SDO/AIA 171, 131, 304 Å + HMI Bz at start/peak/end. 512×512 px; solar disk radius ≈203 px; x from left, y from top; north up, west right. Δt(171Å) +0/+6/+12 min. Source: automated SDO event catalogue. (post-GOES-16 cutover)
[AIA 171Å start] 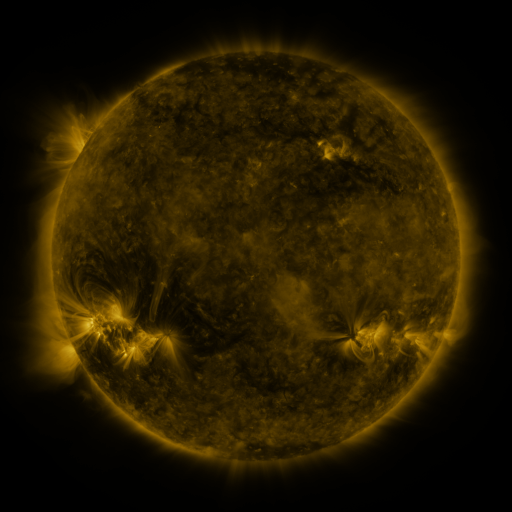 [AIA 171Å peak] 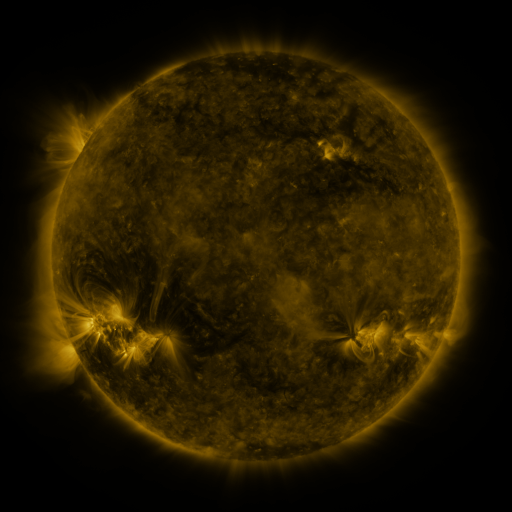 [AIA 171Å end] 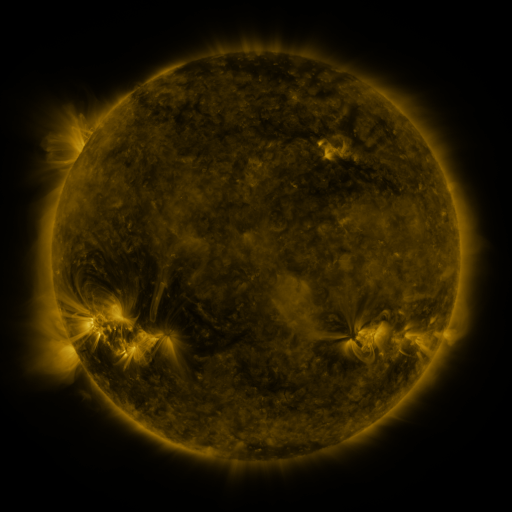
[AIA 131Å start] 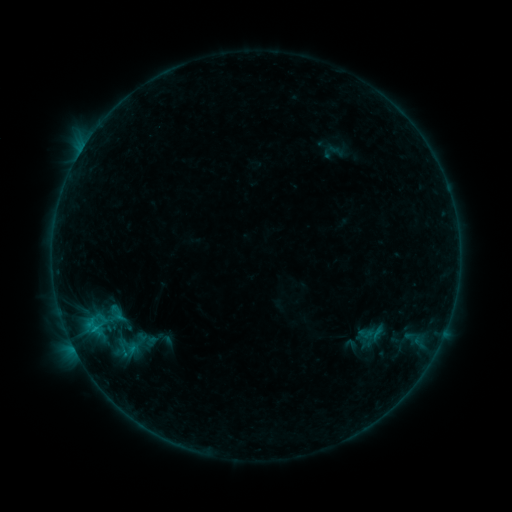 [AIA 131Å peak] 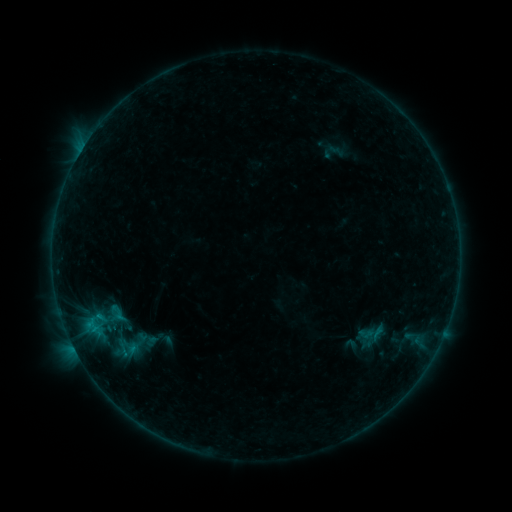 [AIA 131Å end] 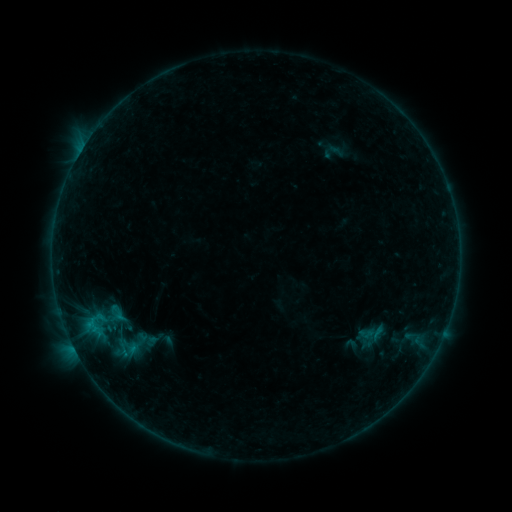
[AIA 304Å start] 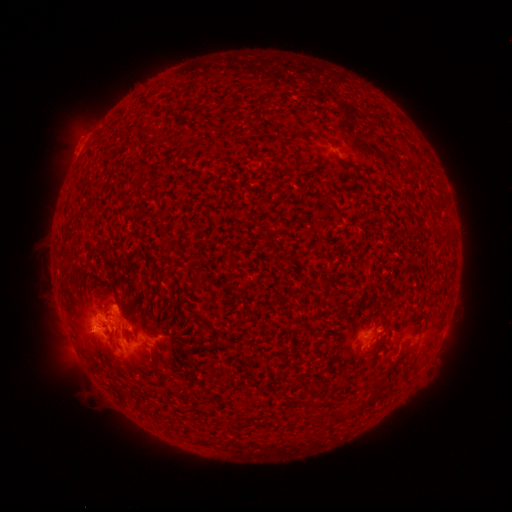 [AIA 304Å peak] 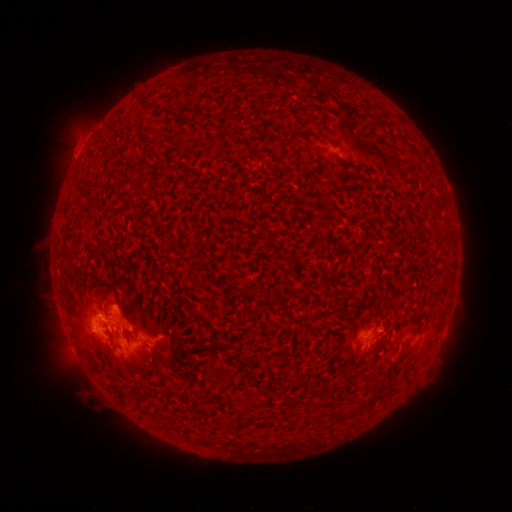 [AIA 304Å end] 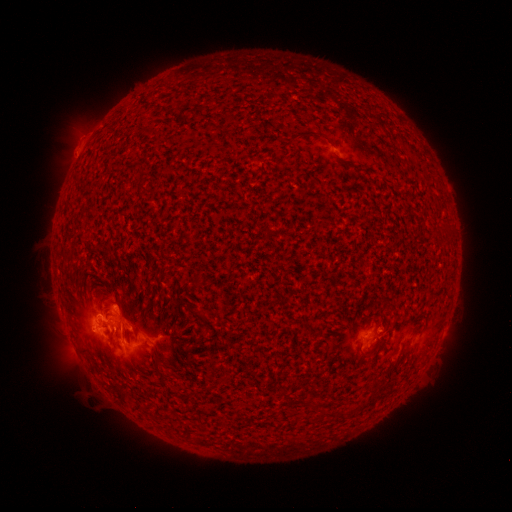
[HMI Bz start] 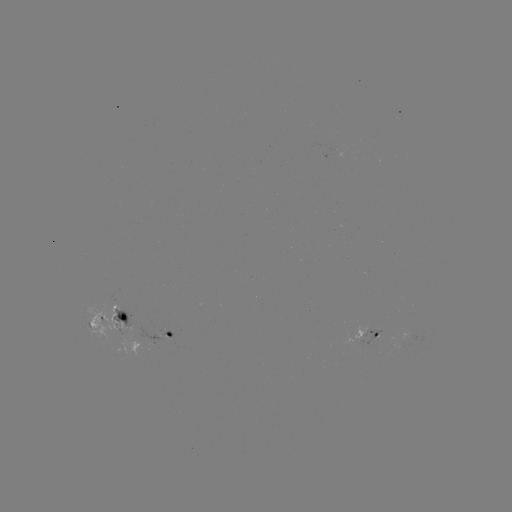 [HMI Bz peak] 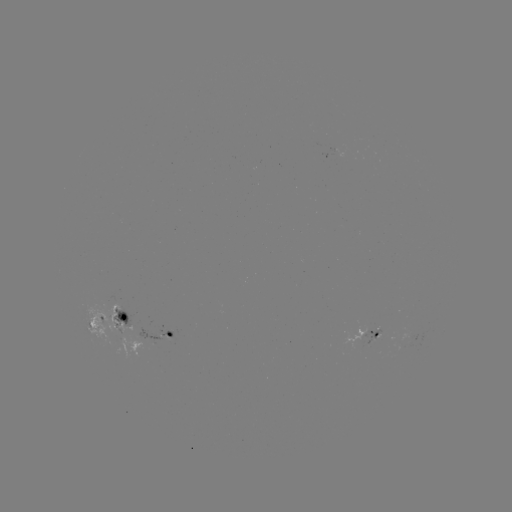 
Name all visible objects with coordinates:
B7.6 flare: (99, 315)
